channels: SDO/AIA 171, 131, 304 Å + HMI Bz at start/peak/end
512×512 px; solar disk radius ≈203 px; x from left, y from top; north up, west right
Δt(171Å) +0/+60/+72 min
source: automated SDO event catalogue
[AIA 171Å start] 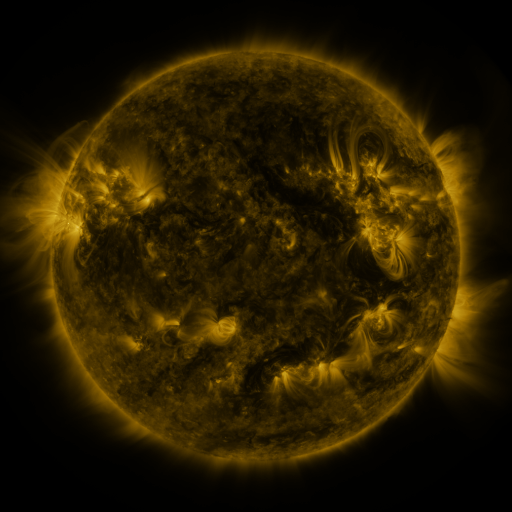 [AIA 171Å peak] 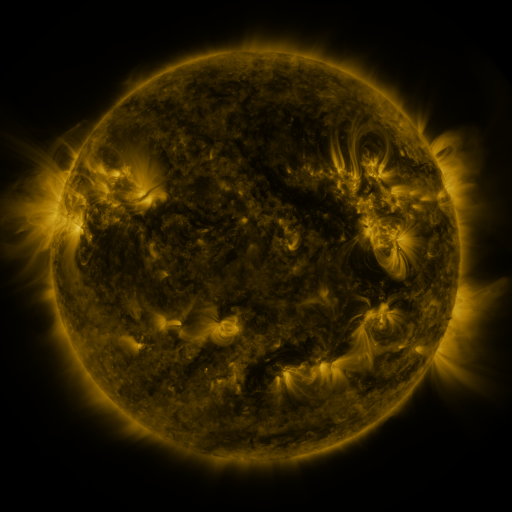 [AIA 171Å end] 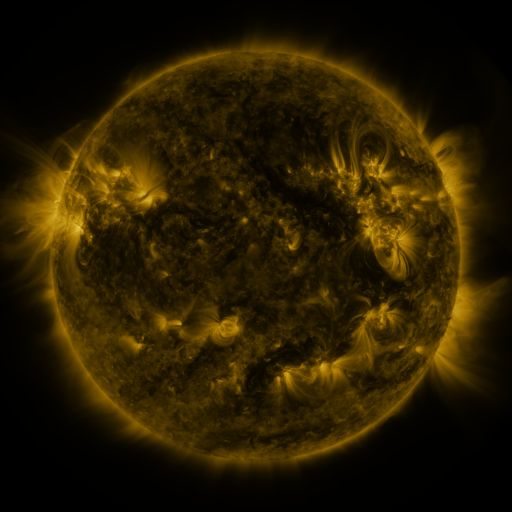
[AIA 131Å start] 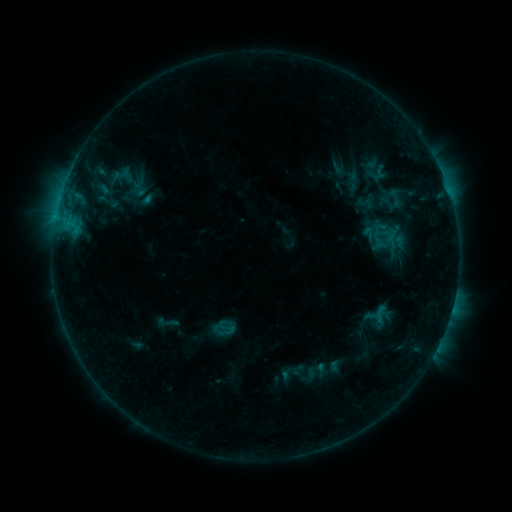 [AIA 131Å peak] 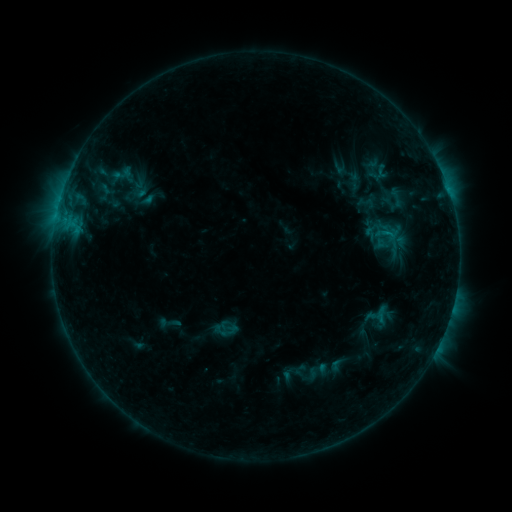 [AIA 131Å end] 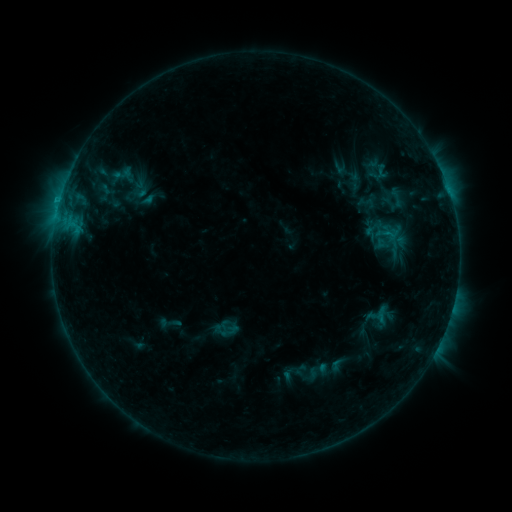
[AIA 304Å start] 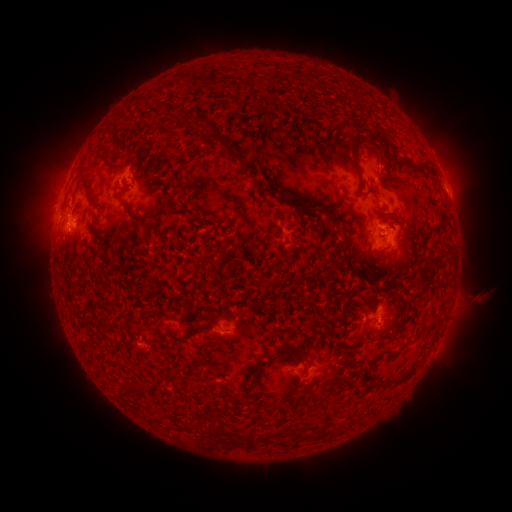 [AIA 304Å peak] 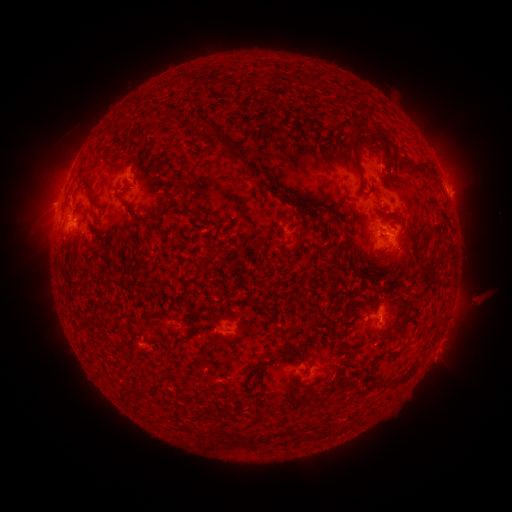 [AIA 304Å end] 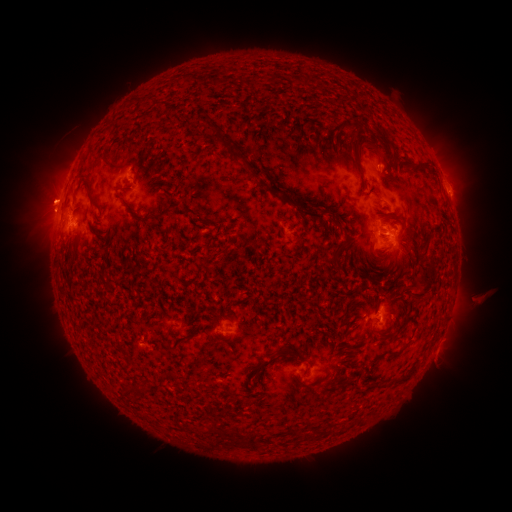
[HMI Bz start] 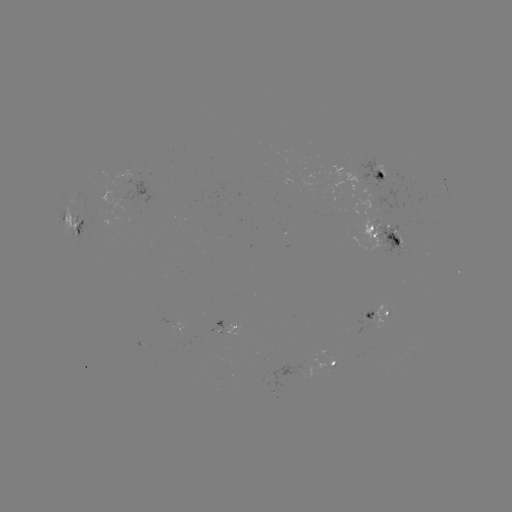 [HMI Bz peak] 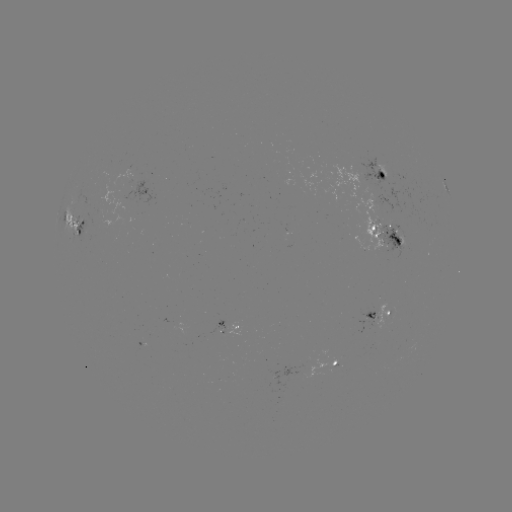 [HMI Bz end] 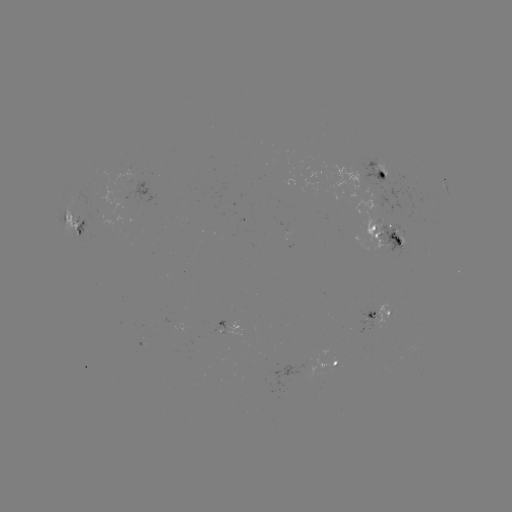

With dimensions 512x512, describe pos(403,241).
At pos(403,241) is emerging-flux region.